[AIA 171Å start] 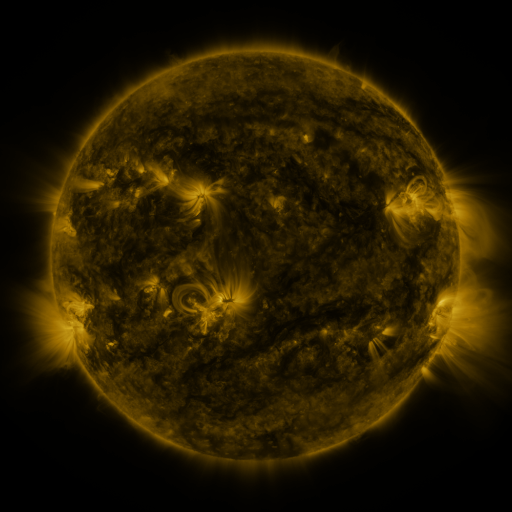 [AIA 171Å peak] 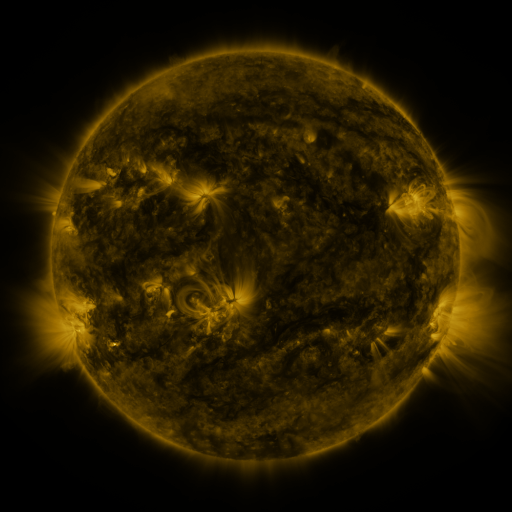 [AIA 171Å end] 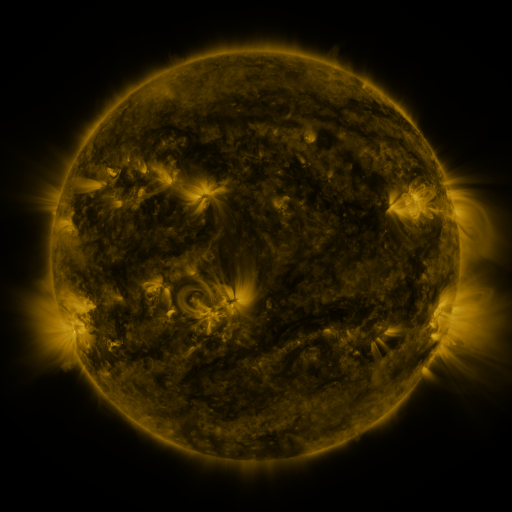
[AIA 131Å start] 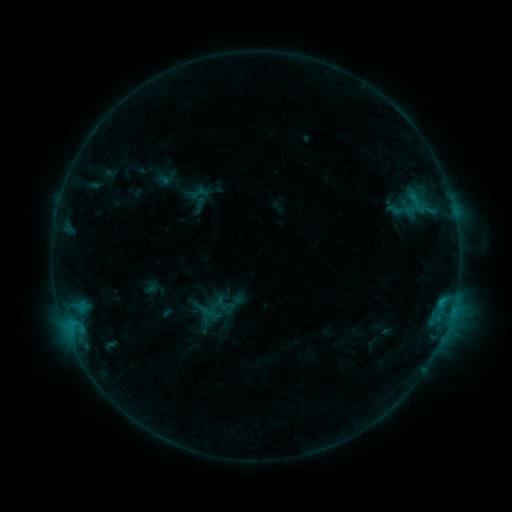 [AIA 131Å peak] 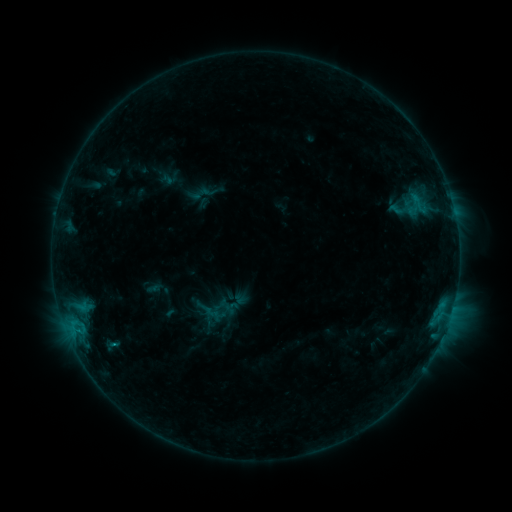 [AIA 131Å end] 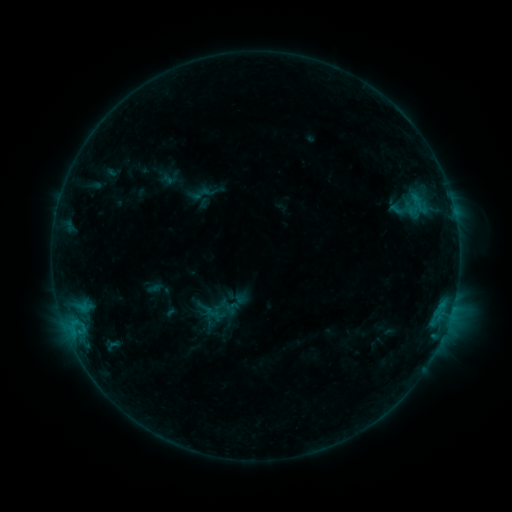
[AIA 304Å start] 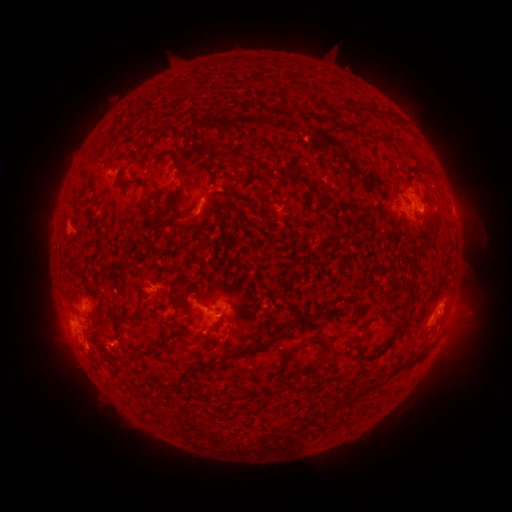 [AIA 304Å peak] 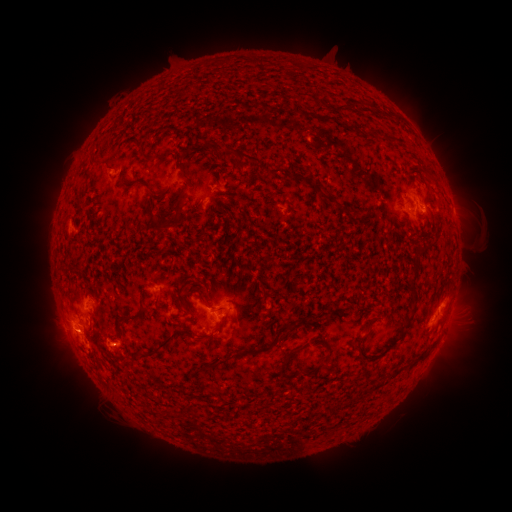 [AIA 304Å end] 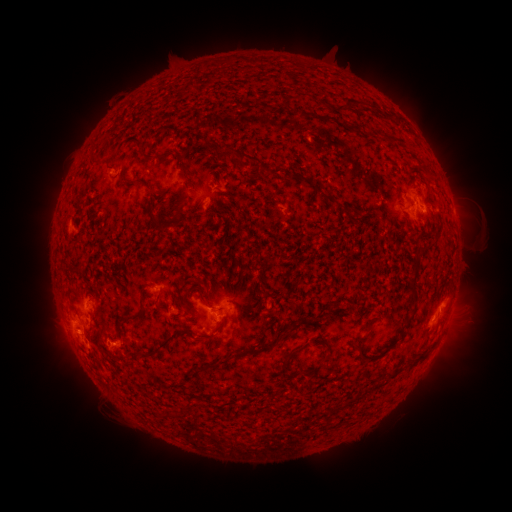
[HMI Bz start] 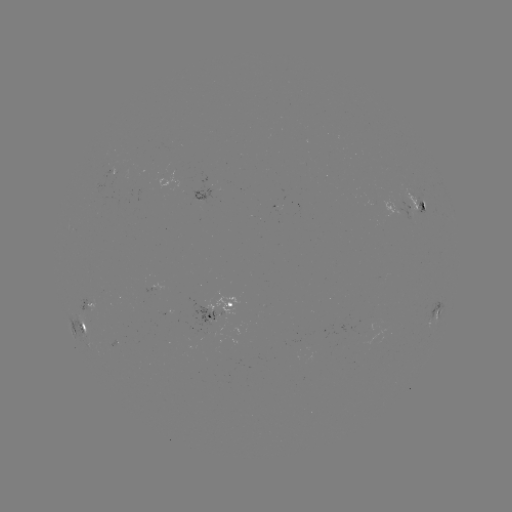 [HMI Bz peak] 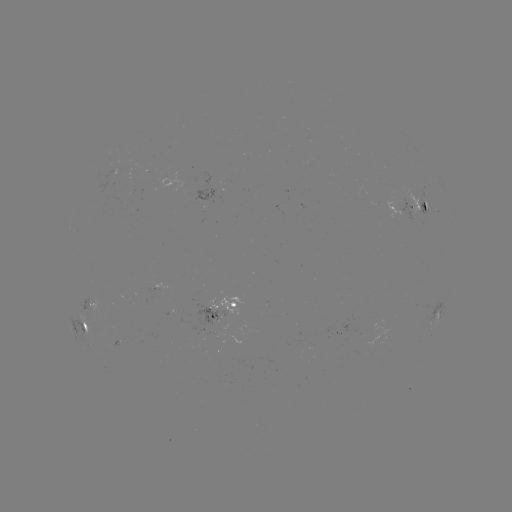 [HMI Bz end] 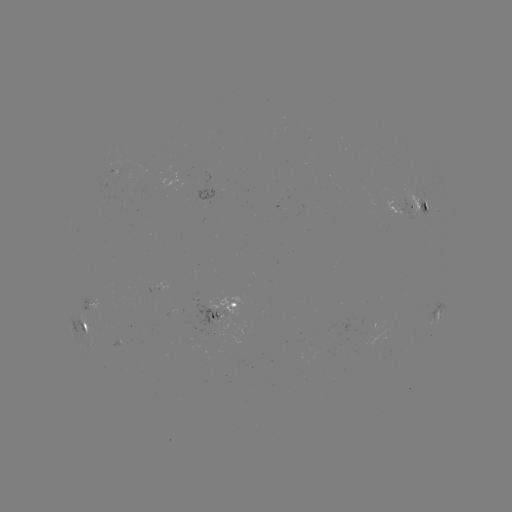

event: emerging-flux region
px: (215, 315)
